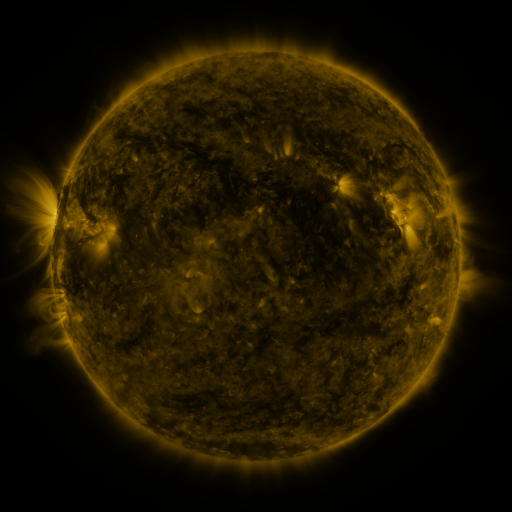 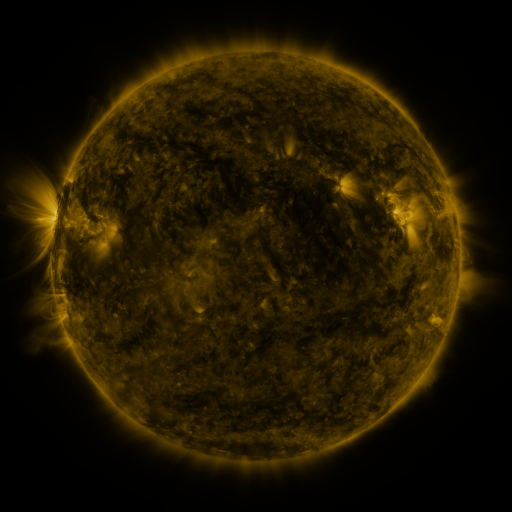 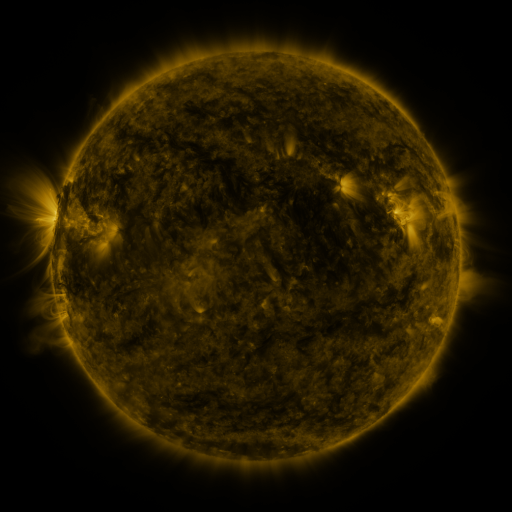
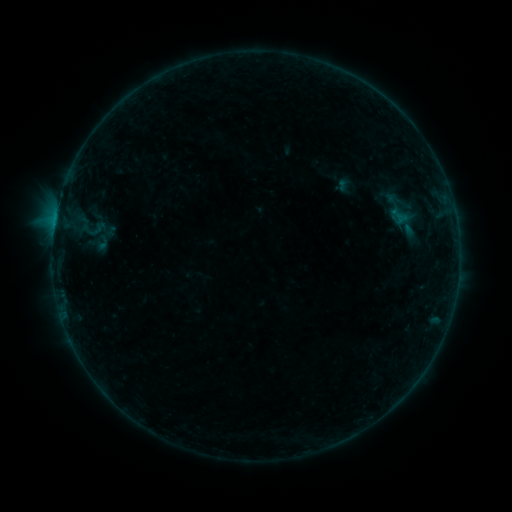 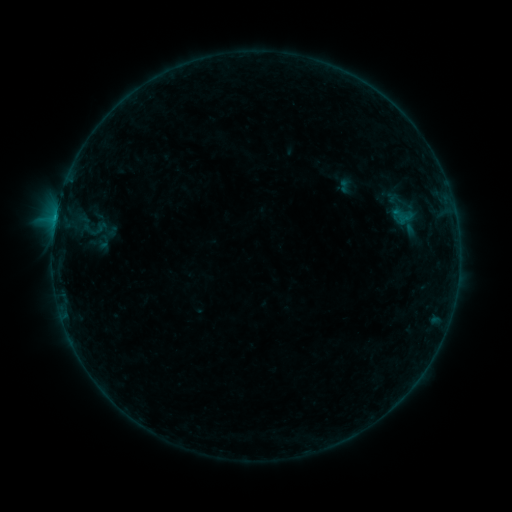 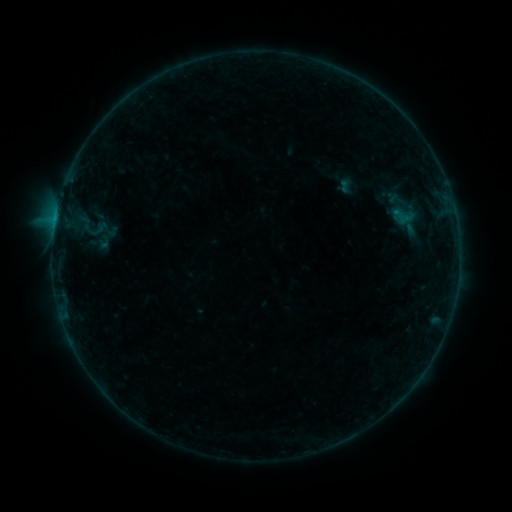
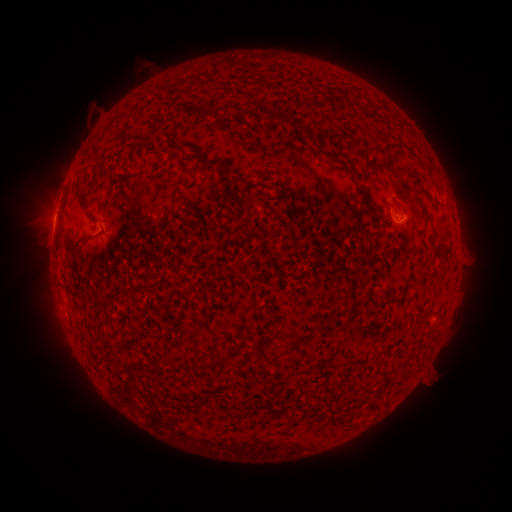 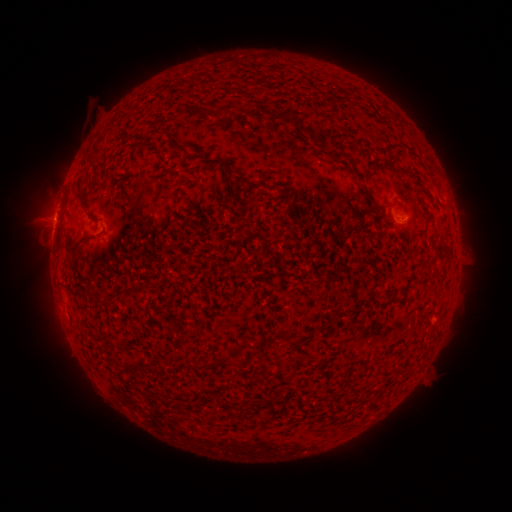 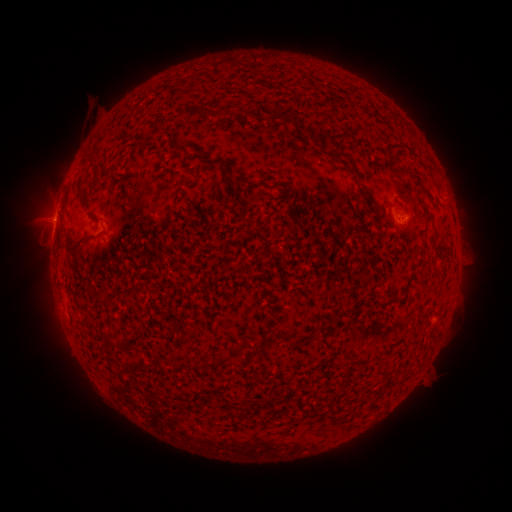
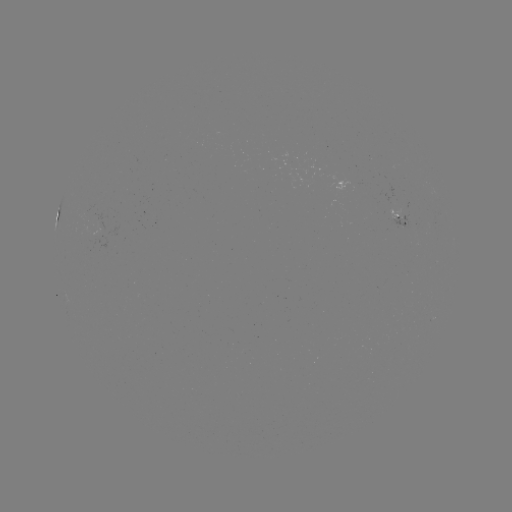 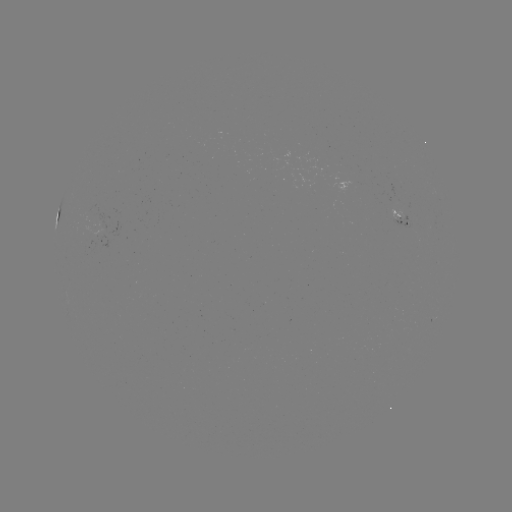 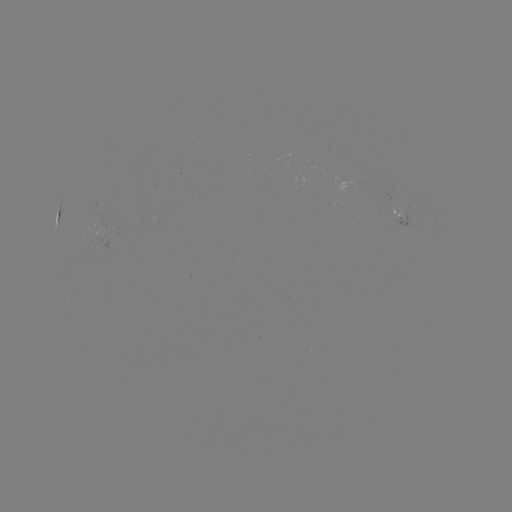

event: emerging-flux region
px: (101, 222)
